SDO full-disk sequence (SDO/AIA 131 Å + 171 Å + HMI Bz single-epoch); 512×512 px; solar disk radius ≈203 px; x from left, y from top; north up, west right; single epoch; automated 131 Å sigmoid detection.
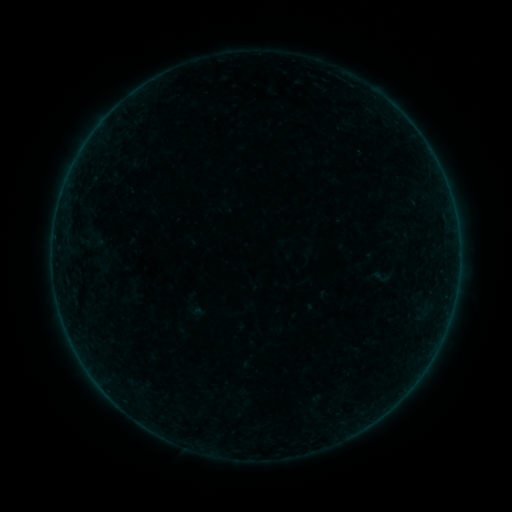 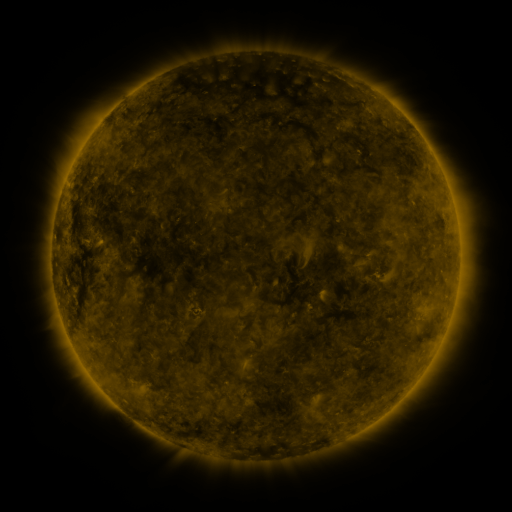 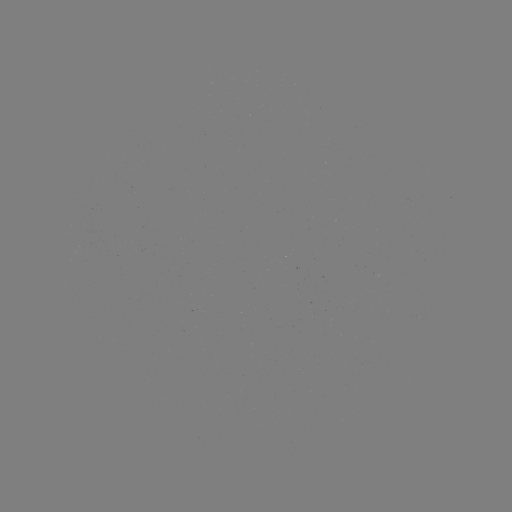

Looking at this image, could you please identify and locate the sigmoid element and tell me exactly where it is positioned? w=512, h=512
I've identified sigmoid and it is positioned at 382,276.